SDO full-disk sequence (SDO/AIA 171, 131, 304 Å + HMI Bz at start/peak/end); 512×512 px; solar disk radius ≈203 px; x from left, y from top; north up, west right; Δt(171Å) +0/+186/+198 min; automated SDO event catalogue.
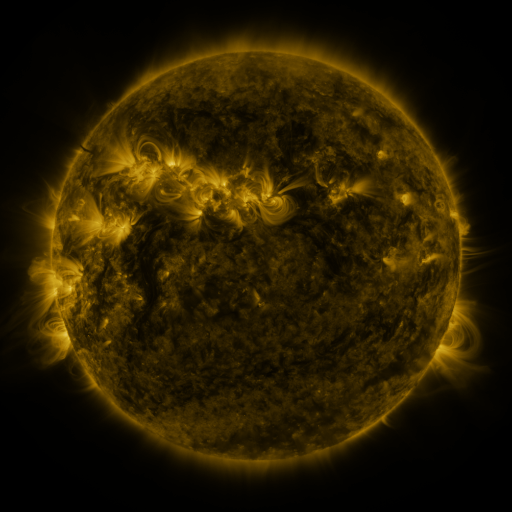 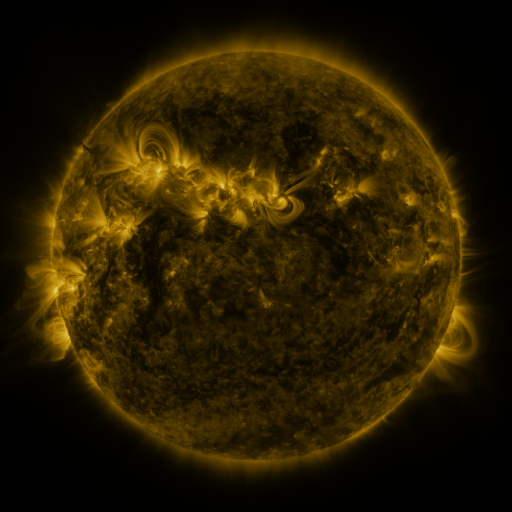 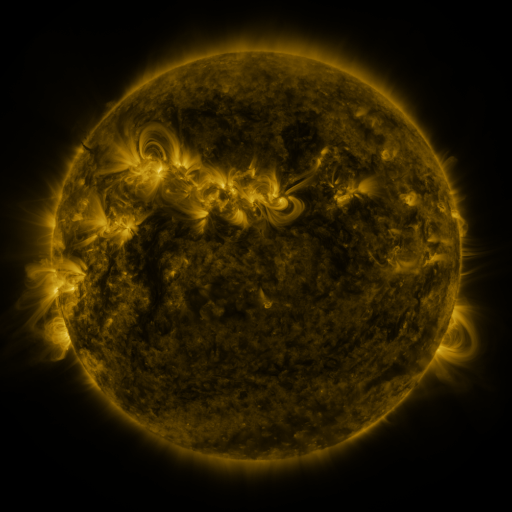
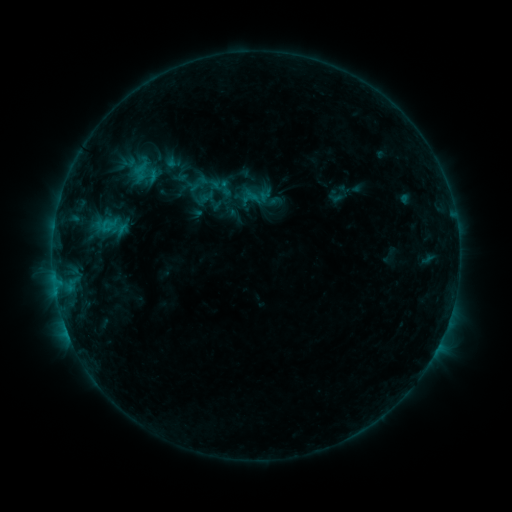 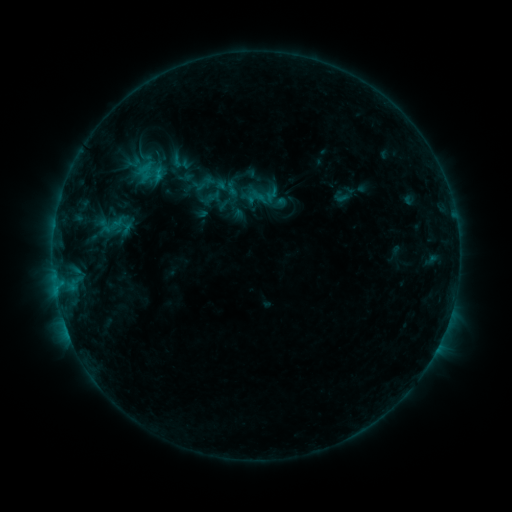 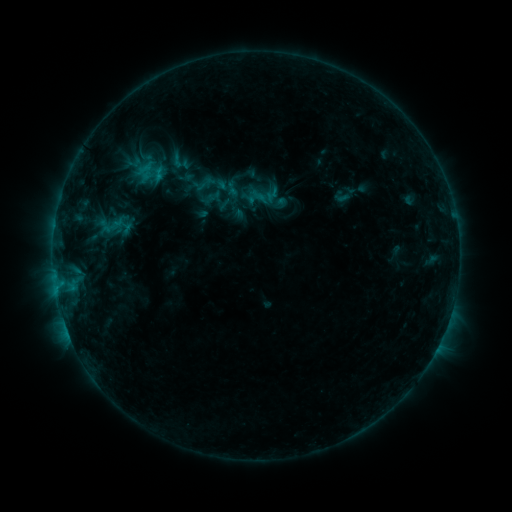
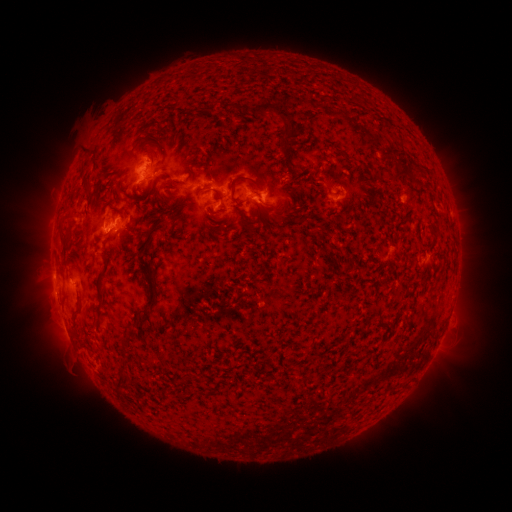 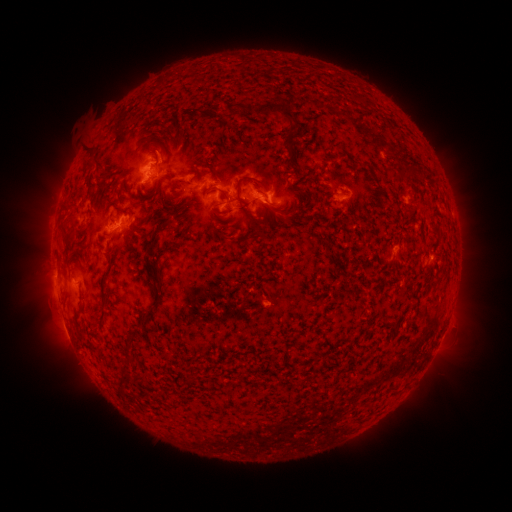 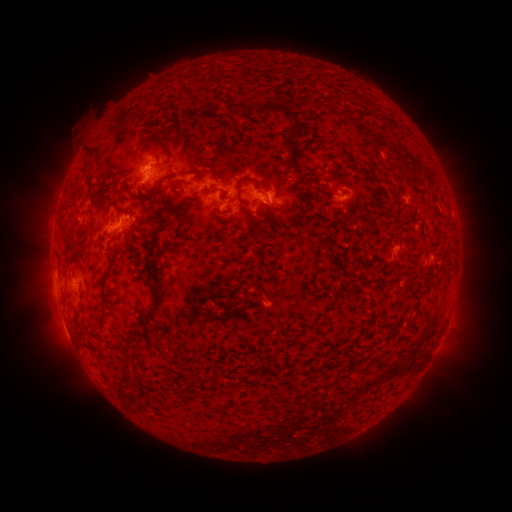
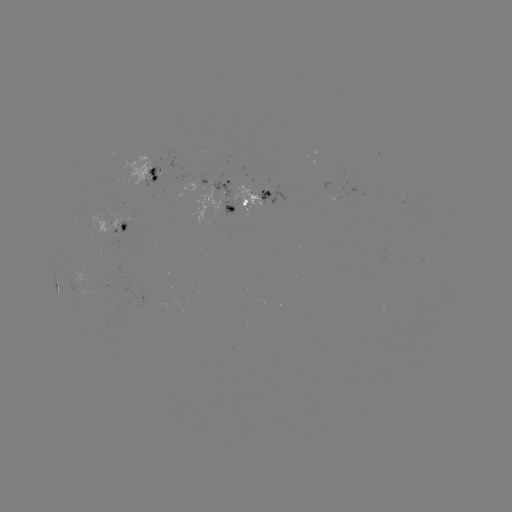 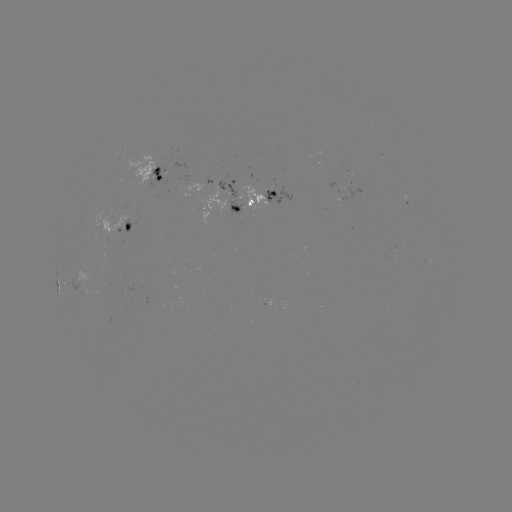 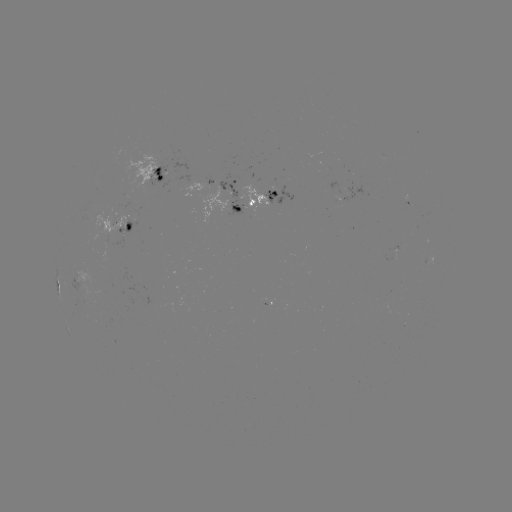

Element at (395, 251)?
emerging-flux region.